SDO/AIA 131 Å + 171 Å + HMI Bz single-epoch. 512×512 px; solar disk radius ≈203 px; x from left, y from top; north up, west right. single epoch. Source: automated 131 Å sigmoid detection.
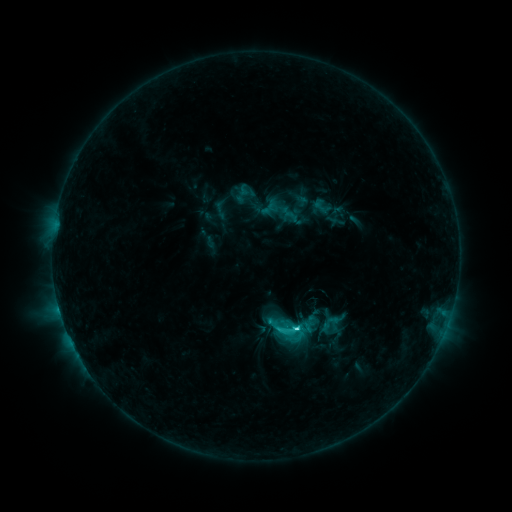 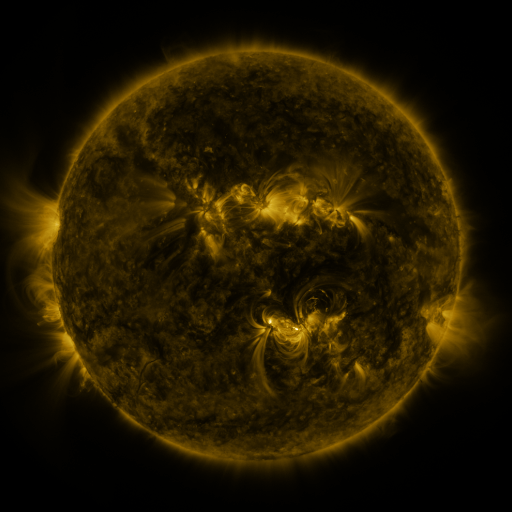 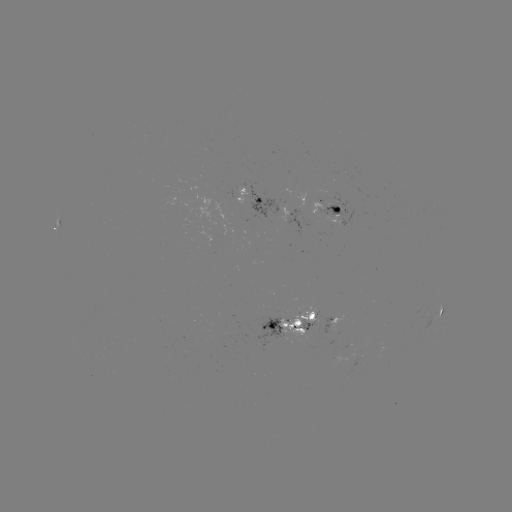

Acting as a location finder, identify sigmoid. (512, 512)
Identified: (246, 191).